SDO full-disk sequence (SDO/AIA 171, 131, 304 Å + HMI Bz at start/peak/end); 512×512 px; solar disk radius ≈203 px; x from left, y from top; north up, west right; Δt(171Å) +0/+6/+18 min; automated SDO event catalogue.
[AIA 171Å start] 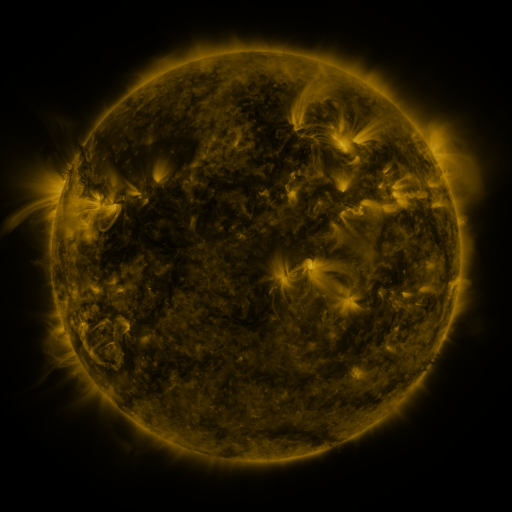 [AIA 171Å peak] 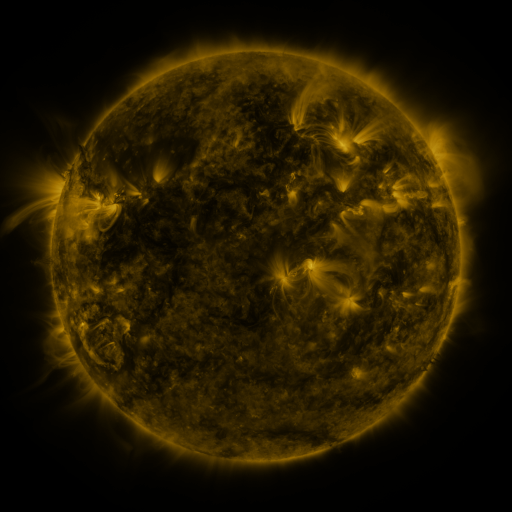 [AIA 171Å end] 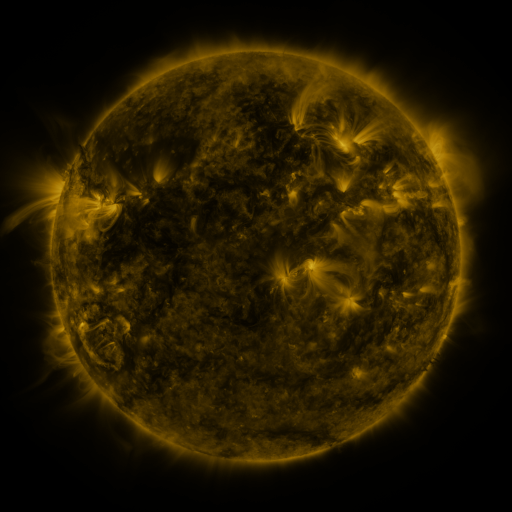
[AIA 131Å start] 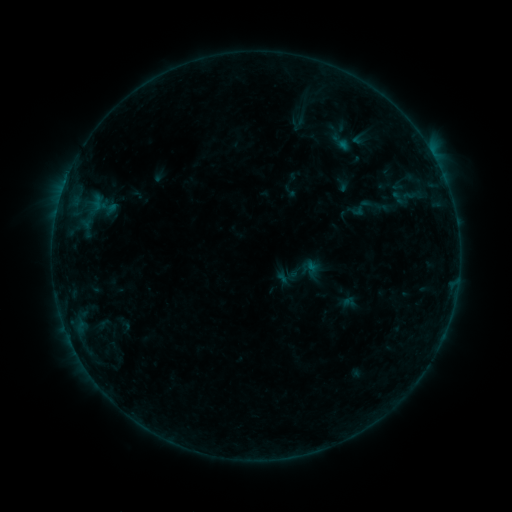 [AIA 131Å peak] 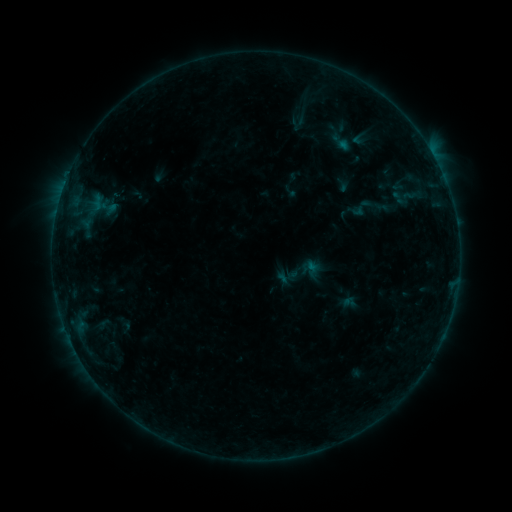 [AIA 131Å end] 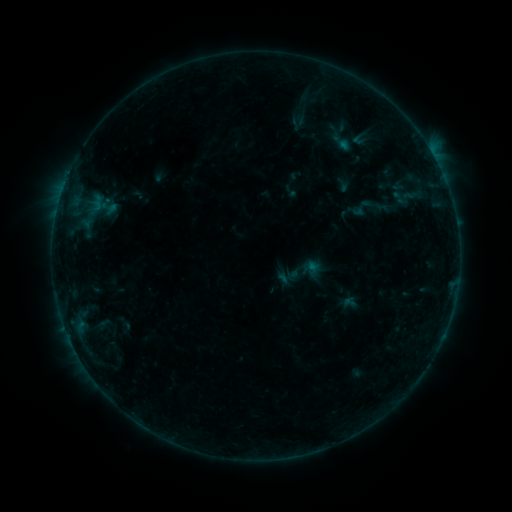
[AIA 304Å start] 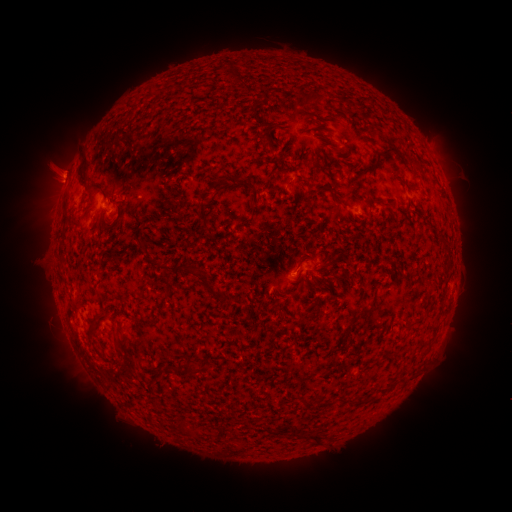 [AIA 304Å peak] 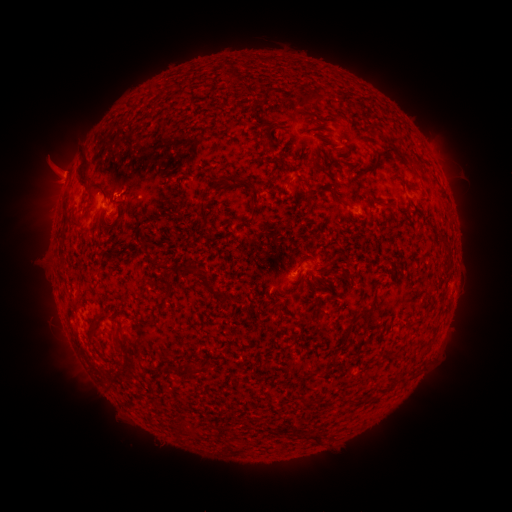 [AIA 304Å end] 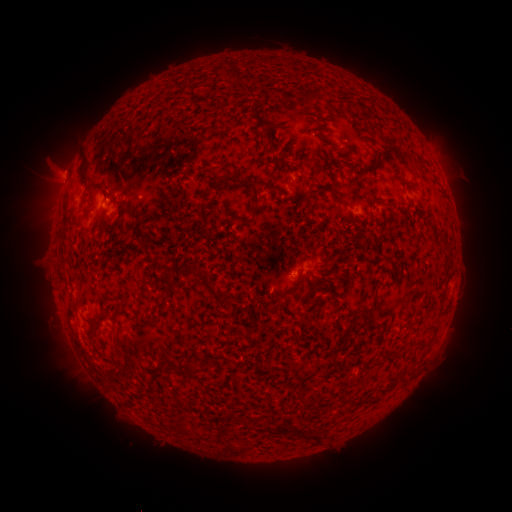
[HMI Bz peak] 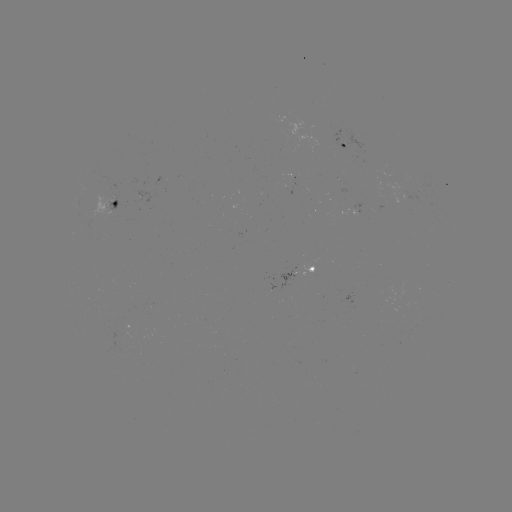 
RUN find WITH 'eruption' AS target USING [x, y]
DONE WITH [57, 173] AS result